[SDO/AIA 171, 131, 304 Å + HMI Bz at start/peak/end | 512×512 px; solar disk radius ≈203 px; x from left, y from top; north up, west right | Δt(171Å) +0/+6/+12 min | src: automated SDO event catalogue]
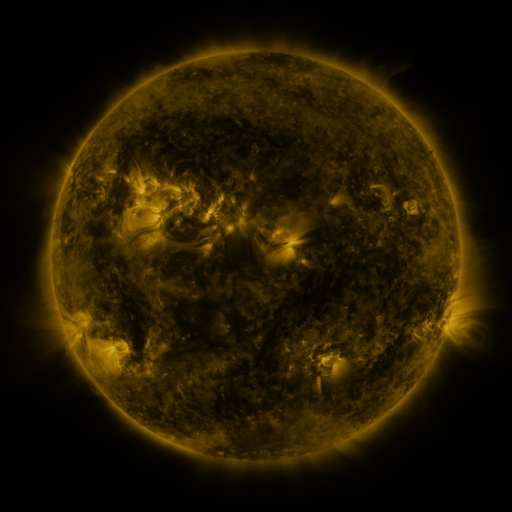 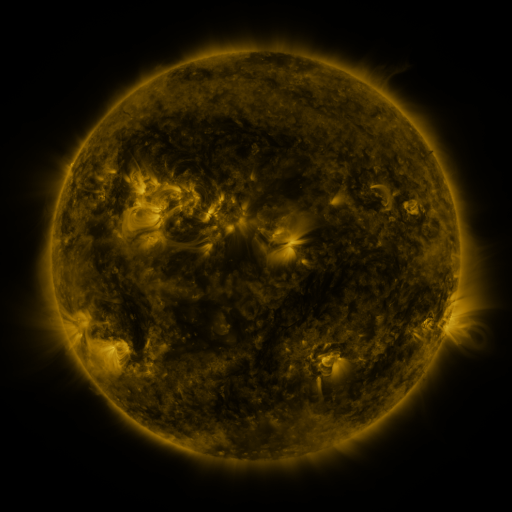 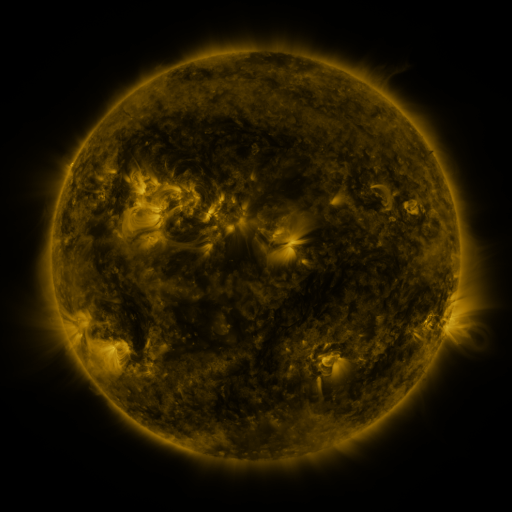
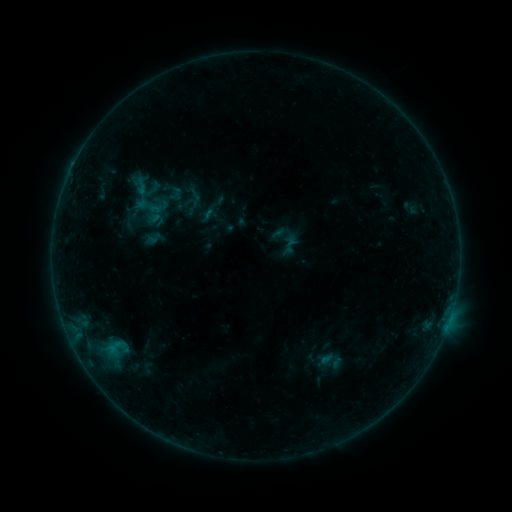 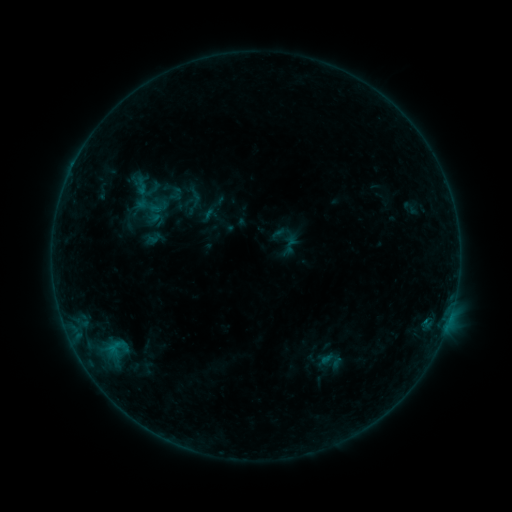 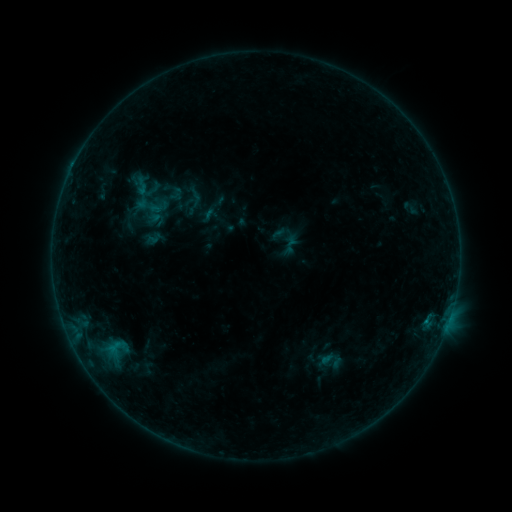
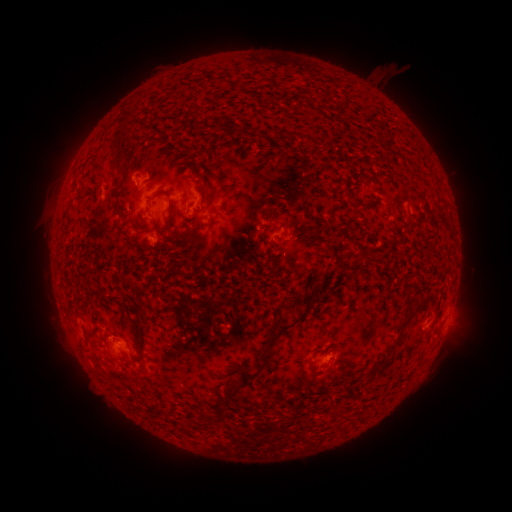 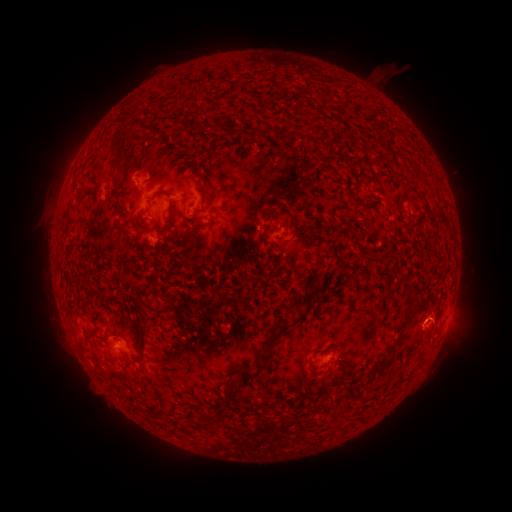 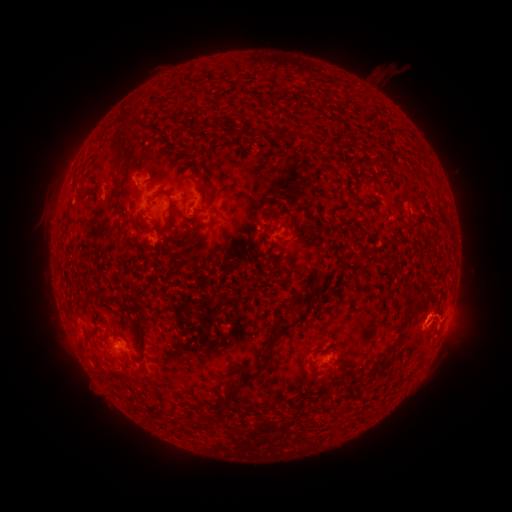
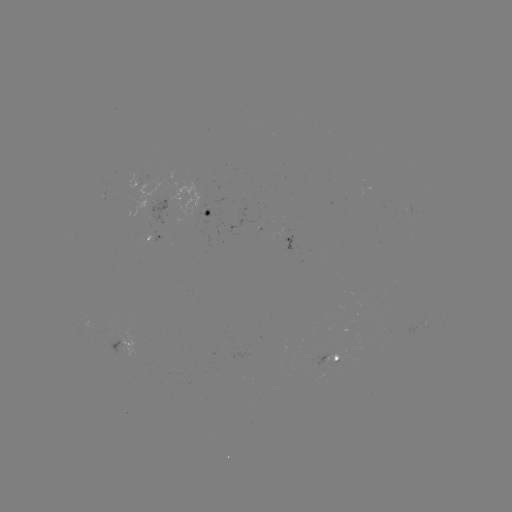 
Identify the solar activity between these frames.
eruption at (435, 315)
